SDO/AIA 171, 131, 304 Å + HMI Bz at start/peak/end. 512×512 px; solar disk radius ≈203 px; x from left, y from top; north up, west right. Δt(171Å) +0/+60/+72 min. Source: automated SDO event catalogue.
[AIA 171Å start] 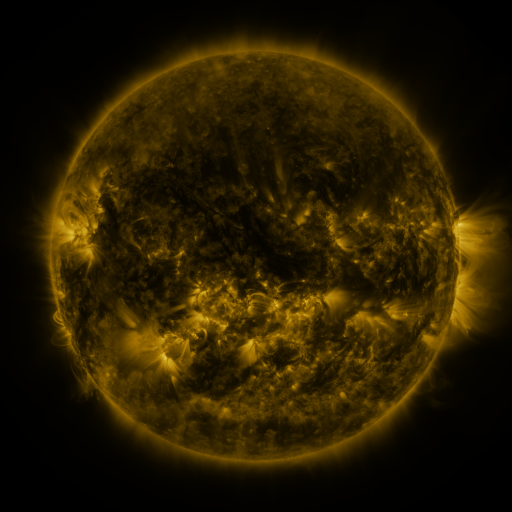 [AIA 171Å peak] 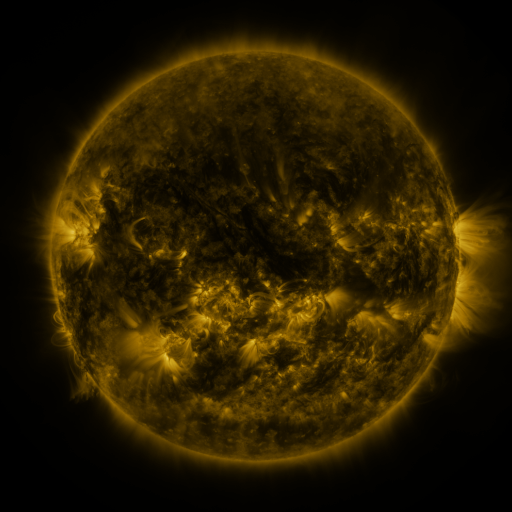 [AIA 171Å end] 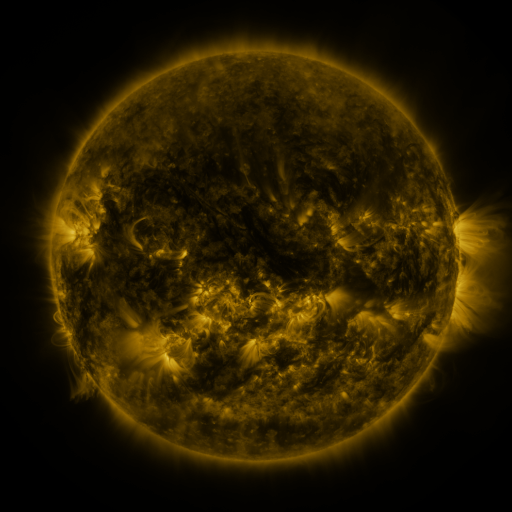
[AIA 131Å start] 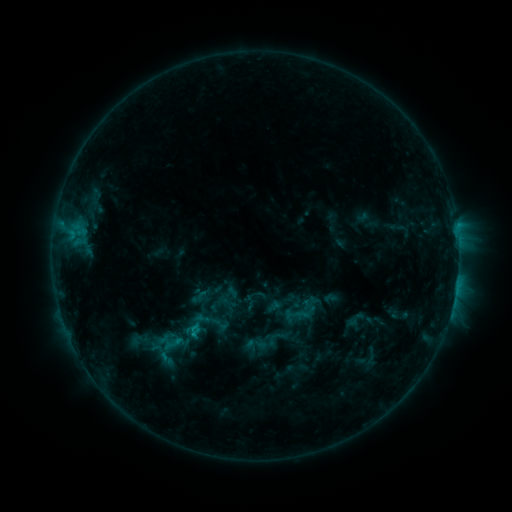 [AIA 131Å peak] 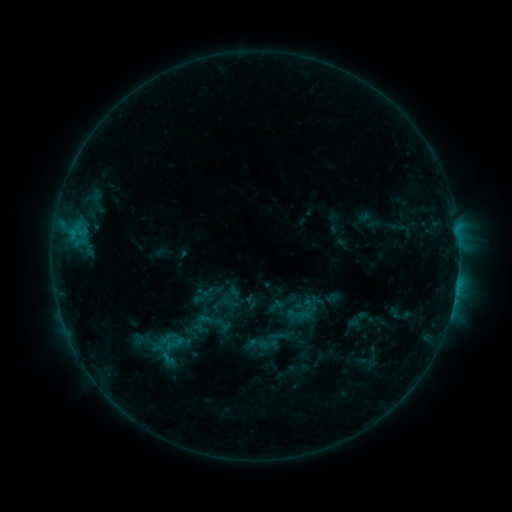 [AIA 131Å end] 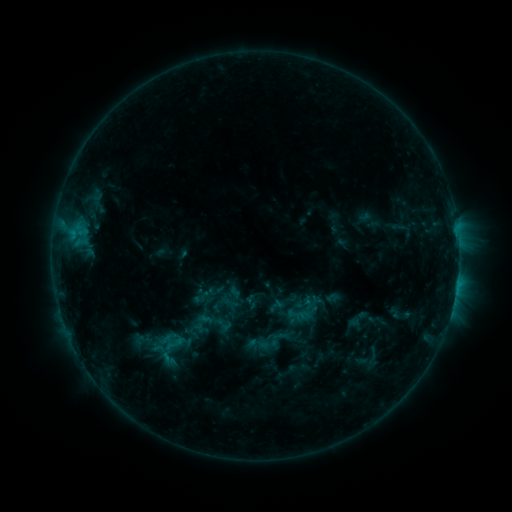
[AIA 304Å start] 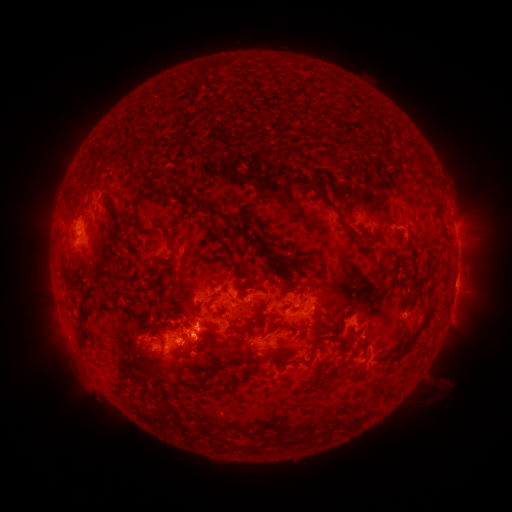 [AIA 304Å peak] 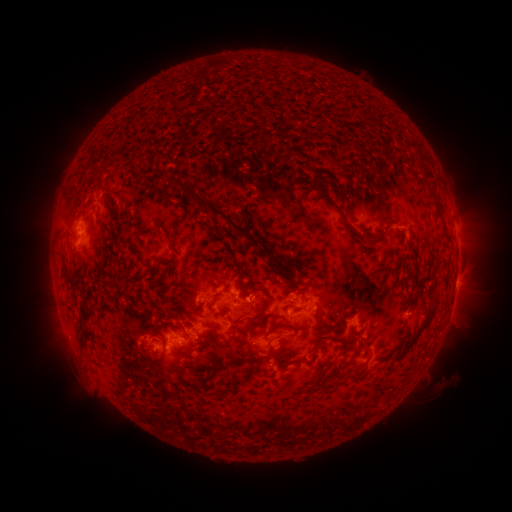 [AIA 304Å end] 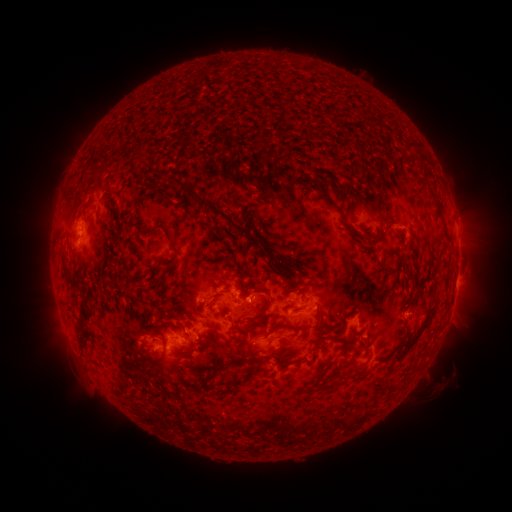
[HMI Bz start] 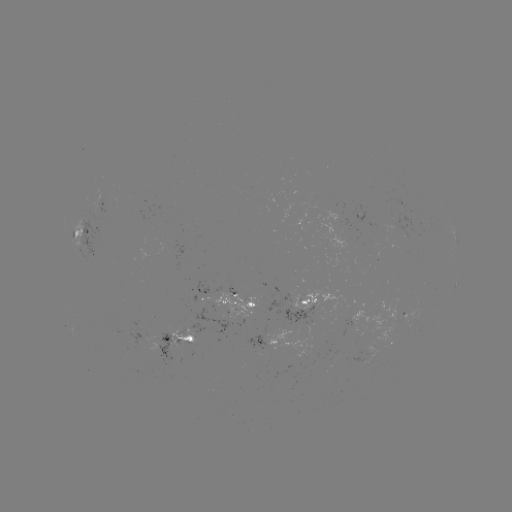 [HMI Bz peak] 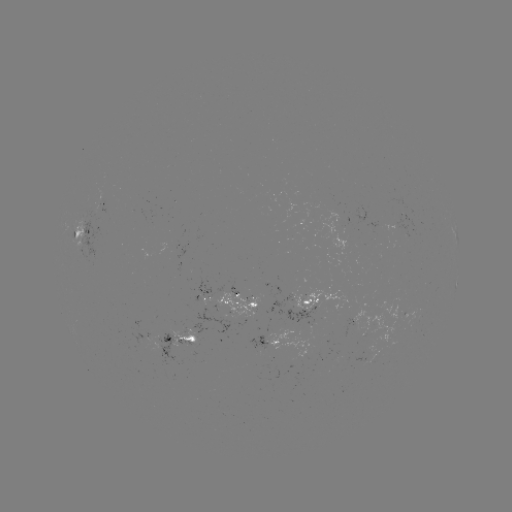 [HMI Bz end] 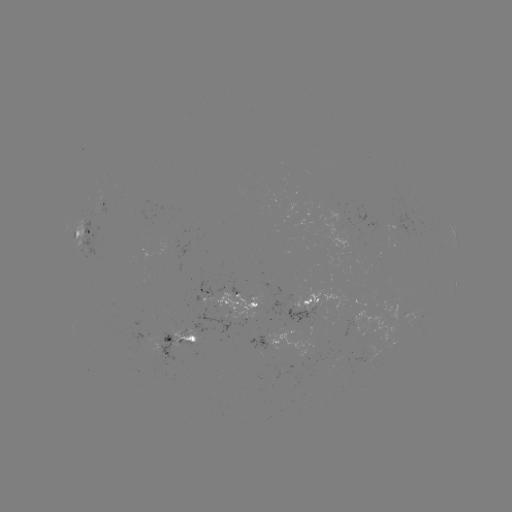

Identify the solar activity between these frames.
emerging-flux region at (82, 242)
